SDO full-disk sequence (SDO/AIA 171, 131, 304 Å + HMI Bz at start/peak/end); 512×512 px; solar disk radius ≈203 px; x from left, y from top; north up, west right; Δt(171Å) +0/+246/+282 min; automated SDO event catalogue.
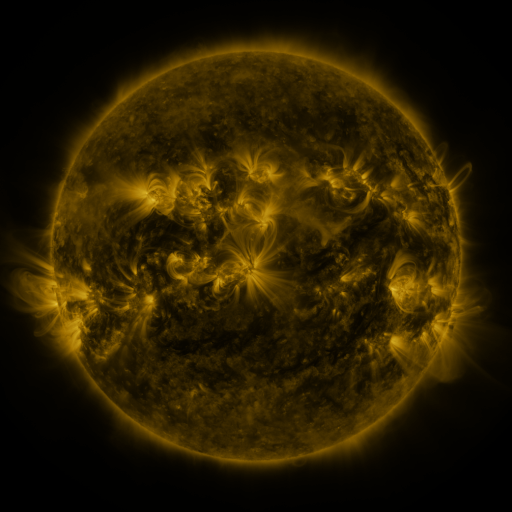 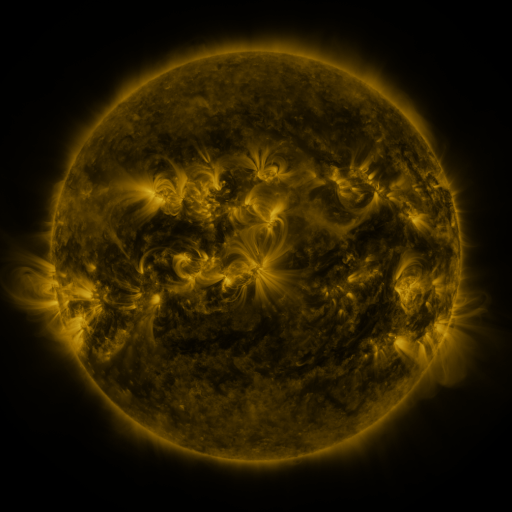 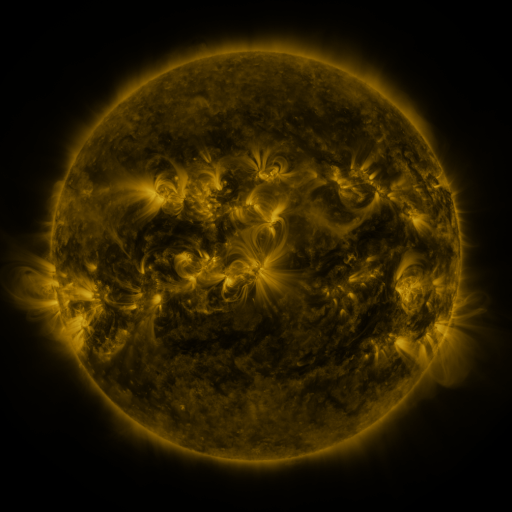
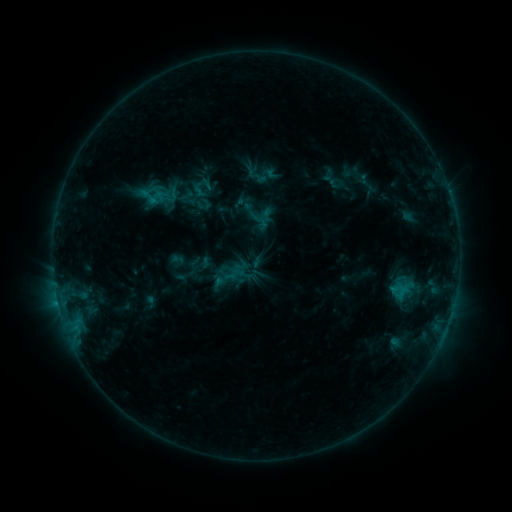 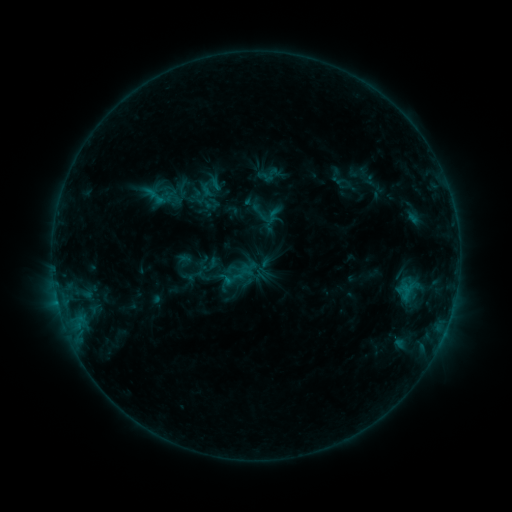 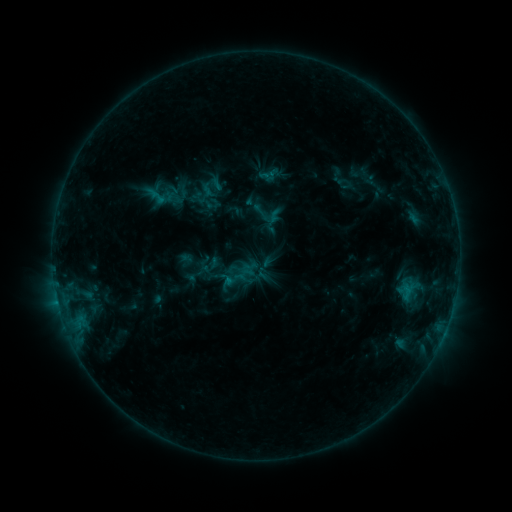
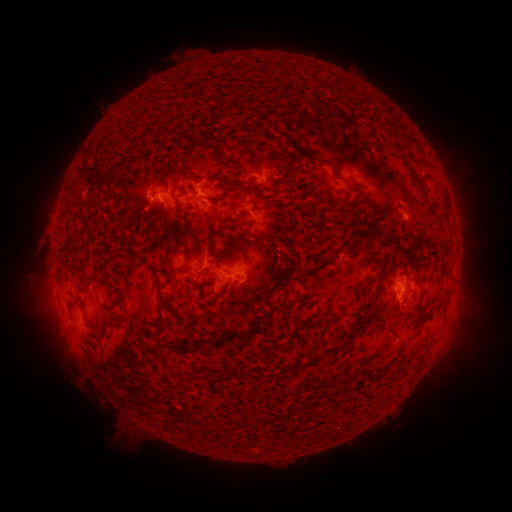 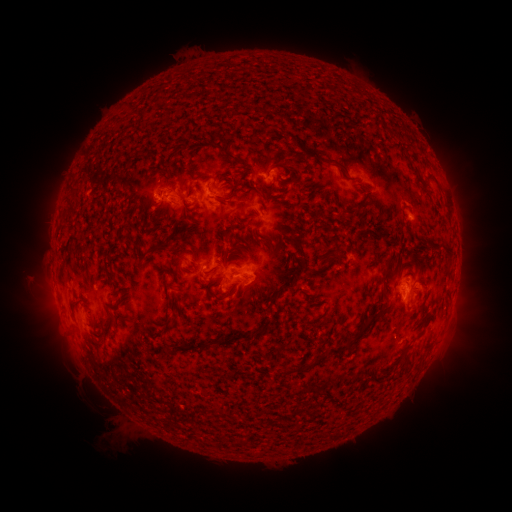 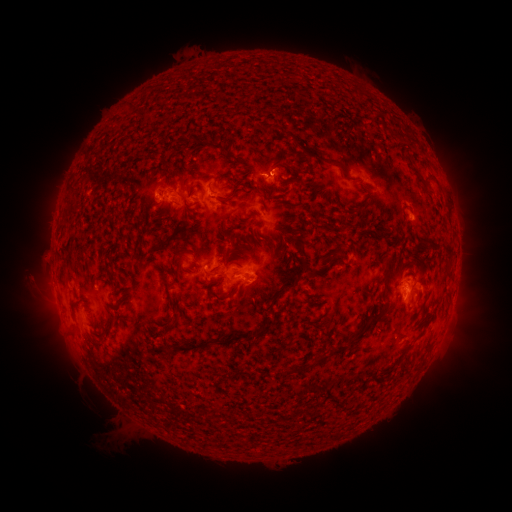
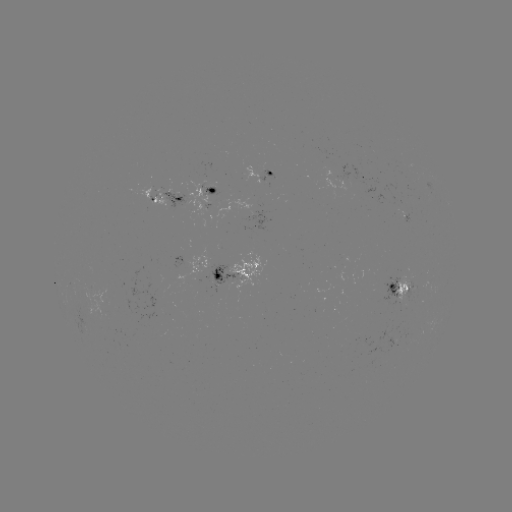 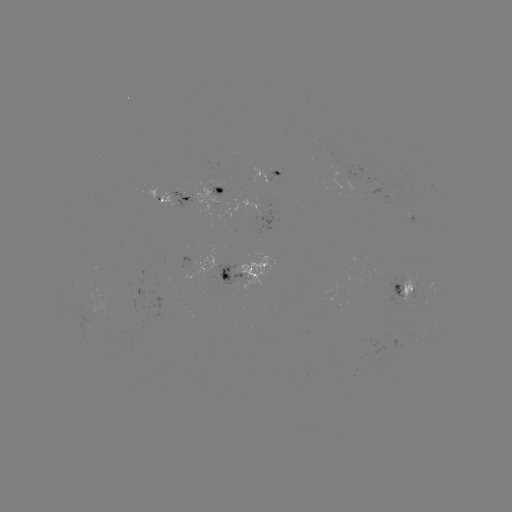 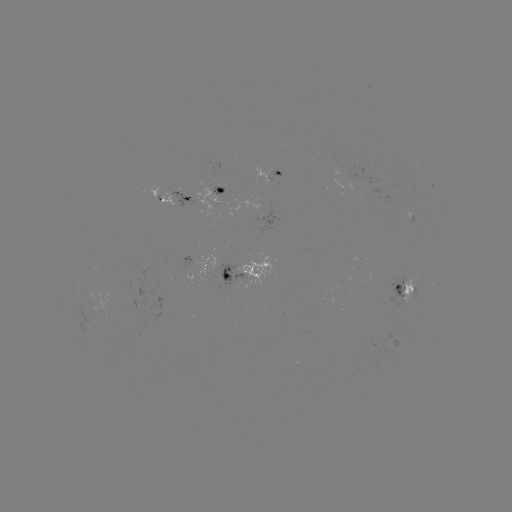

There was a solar emerging-flux region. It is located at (409, 213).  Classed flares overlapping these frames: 4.